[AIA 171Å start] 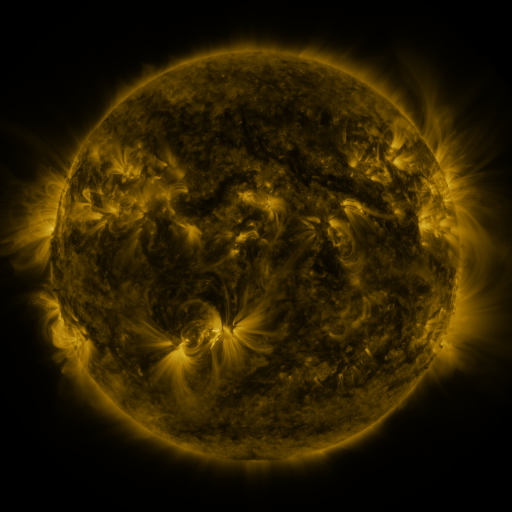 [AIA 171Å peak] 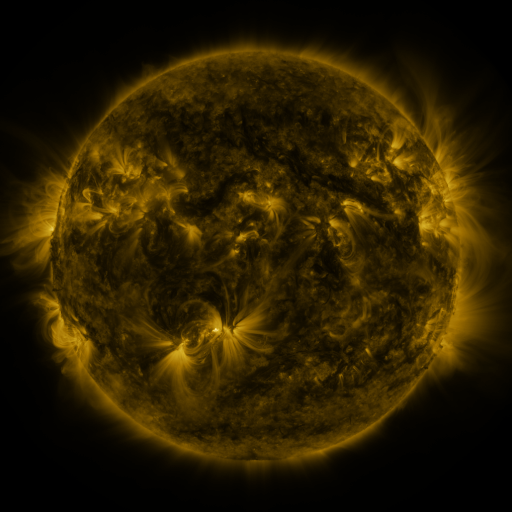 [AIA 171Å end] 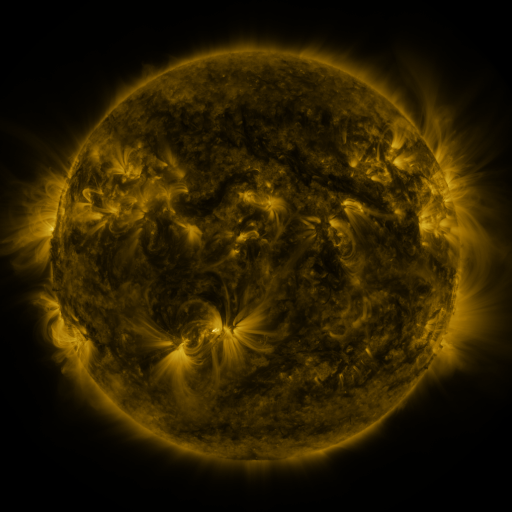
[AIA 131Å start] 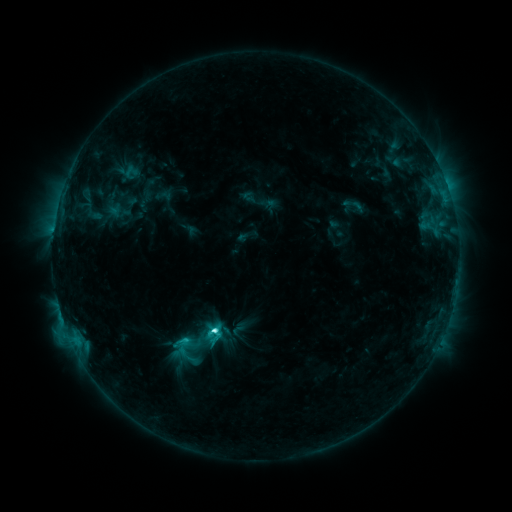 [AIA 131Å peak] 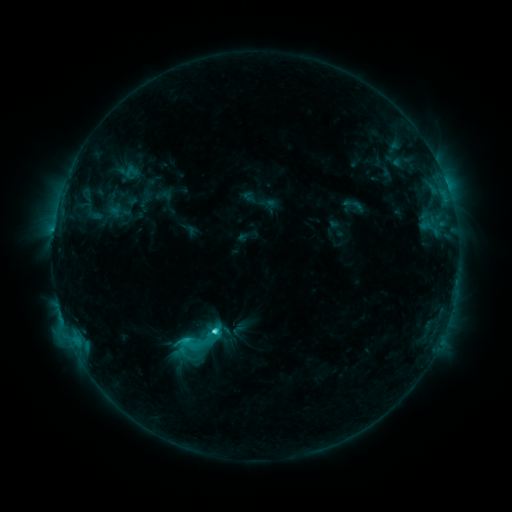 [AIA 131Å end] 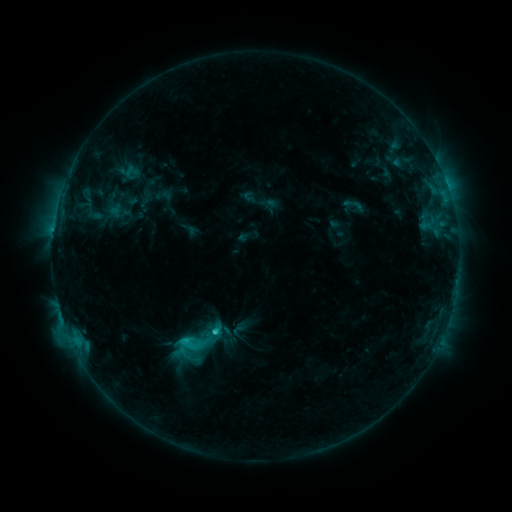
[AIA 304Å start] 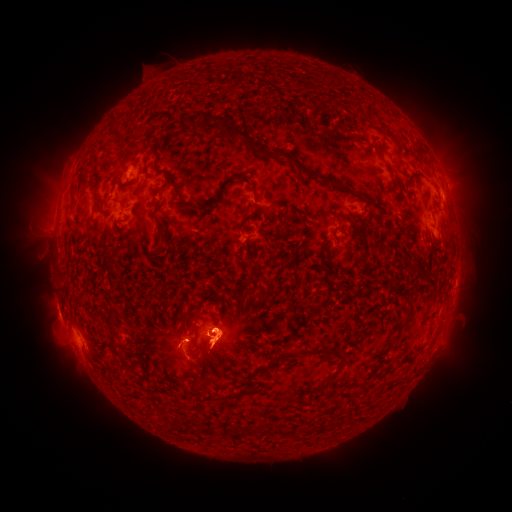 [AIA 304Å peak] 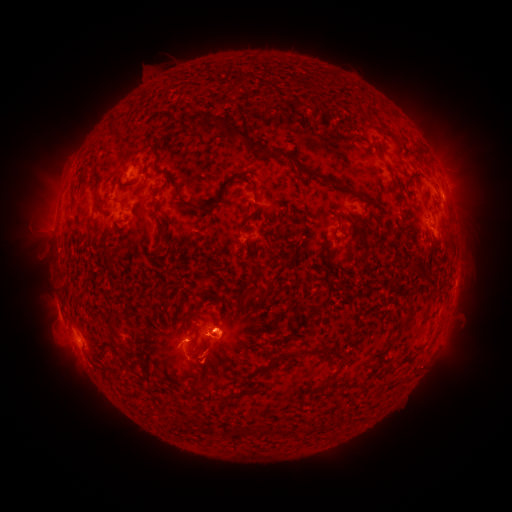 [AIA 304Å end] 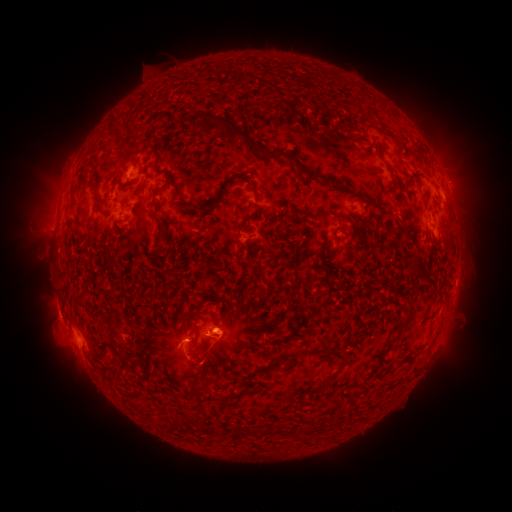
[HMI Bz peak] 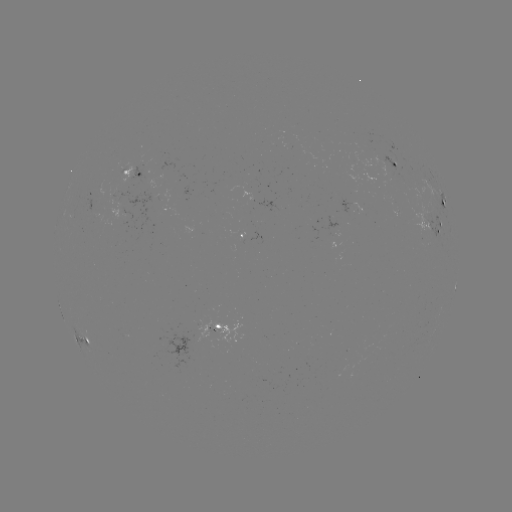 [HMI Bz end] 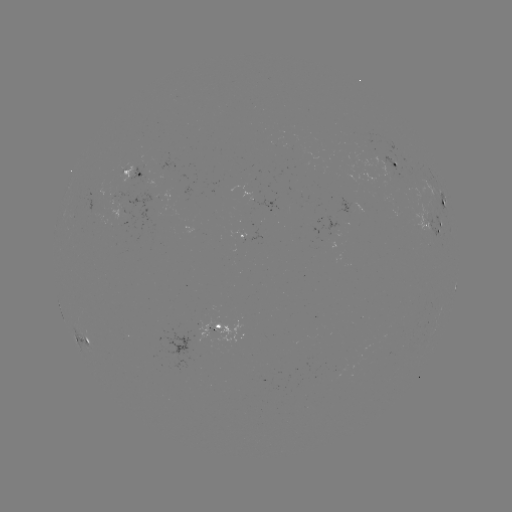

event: eruption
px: (166, 359)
